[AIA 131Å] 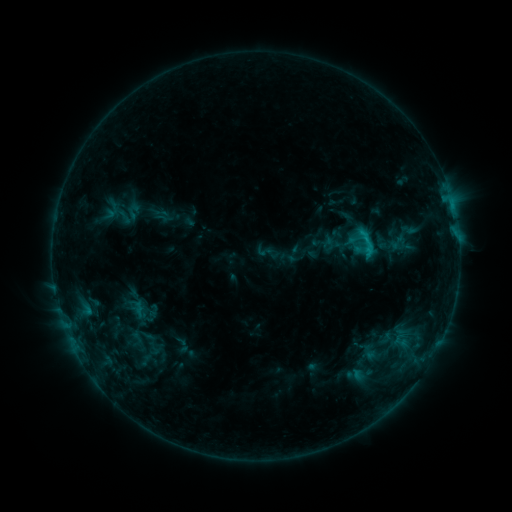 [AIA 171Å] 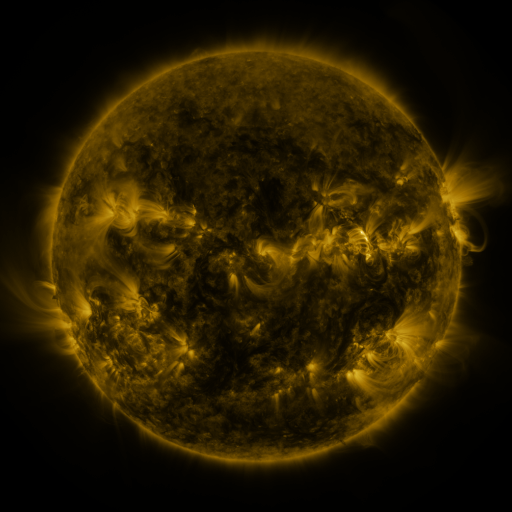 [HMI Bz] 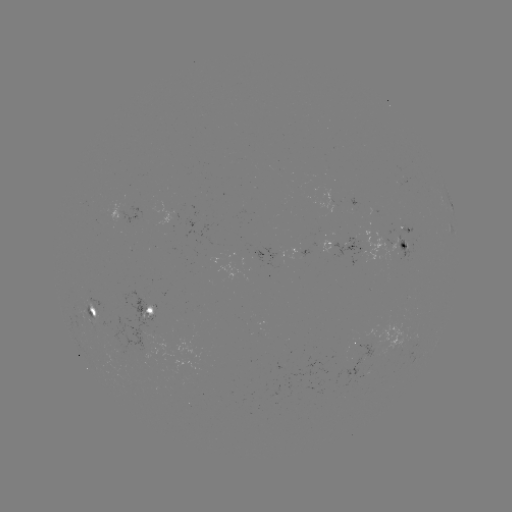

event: sigmoid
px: (368, 243)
